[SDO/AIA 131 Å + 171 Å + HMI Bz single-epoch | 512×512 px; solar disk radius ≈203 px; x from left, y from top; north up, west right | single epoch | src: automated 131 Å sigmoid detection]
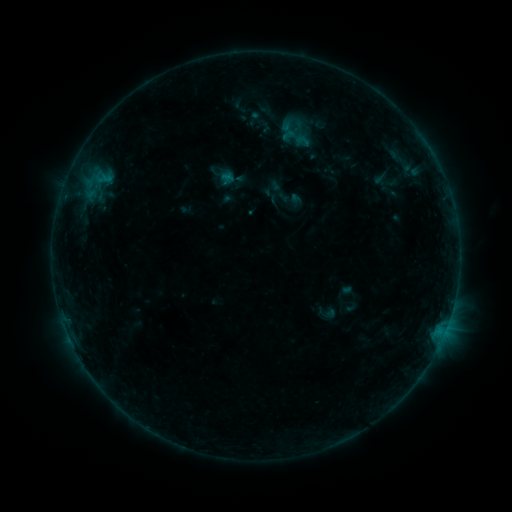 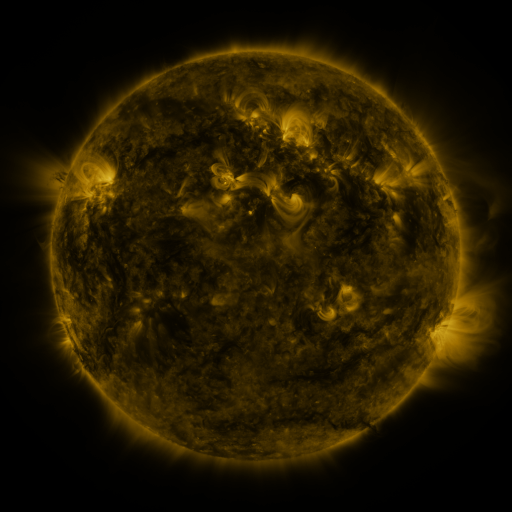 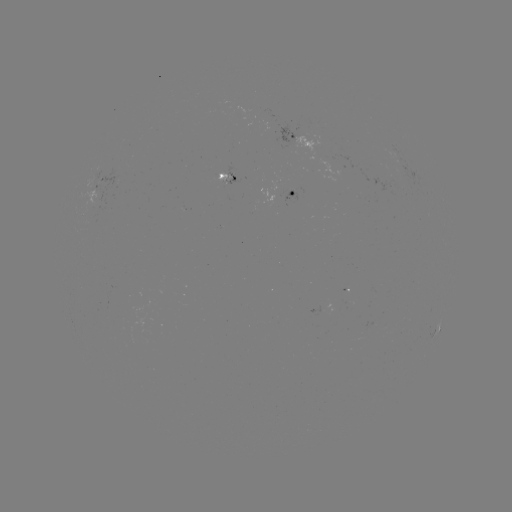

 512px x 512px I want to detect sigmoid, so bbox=[292, 132, 314, 150].